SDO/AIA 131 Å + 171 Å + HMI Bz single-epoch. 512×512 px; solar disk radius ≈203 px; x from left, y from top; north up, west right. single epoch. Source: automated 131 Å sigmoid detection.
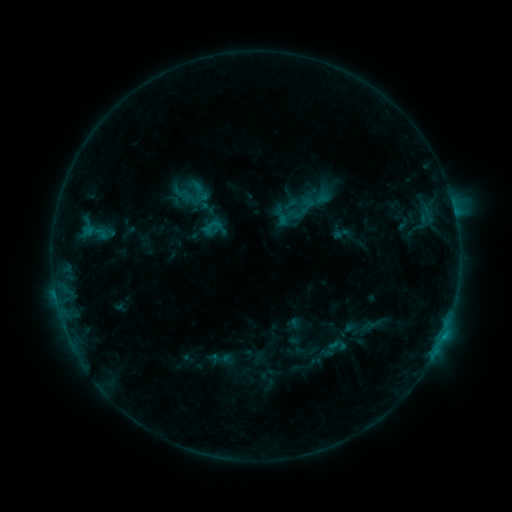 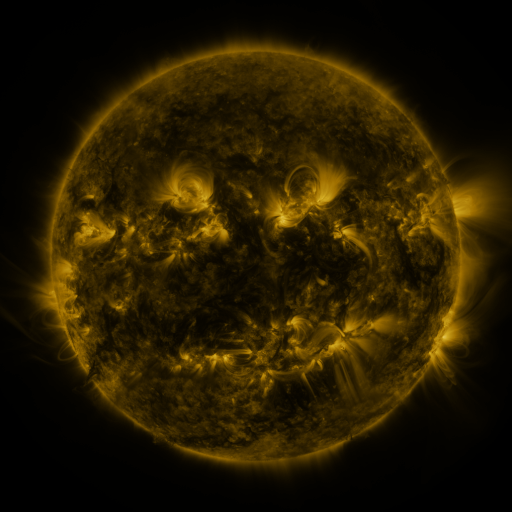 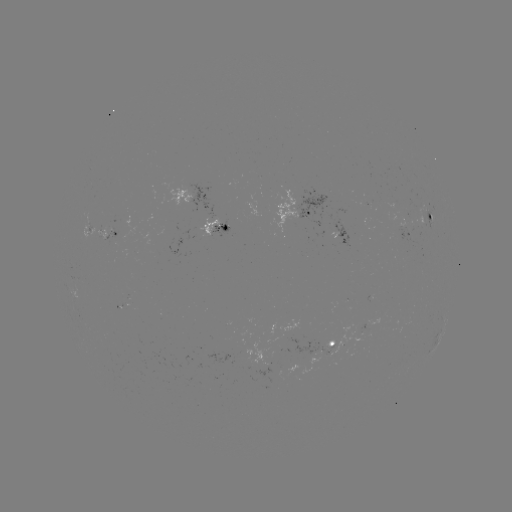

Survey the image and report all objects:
sigmoid: [204, 217, 221, 235]
sigmoid: [317, 332, 348, 364]
